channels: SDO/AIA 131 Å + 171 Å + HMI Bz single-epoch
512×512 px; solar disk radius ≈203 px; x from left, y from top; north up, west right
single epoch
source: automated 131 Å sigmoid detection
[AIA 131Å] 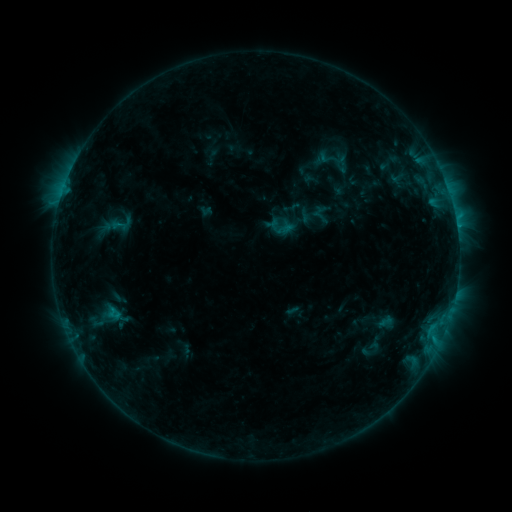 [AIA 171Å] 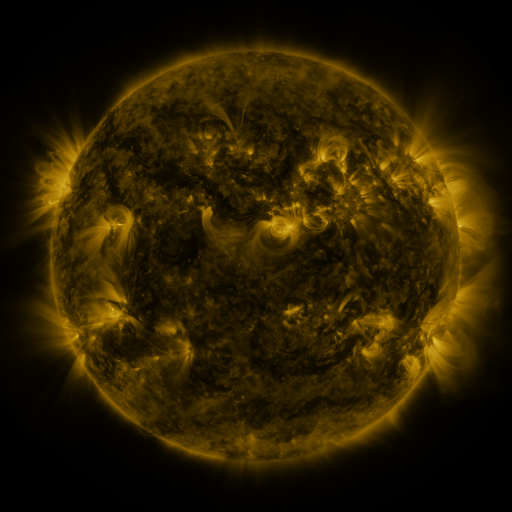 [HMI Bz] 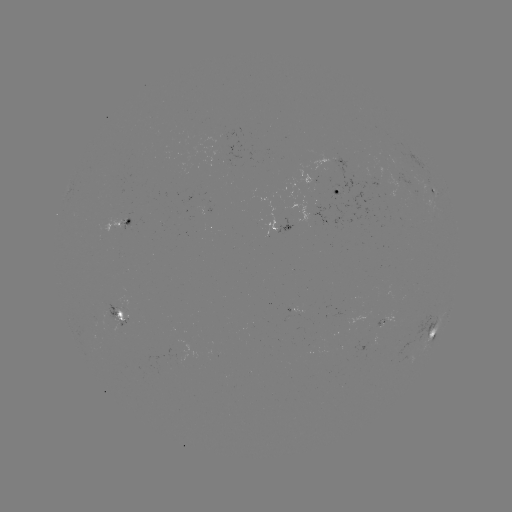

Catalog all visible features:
sigmoid: (336, 159)
